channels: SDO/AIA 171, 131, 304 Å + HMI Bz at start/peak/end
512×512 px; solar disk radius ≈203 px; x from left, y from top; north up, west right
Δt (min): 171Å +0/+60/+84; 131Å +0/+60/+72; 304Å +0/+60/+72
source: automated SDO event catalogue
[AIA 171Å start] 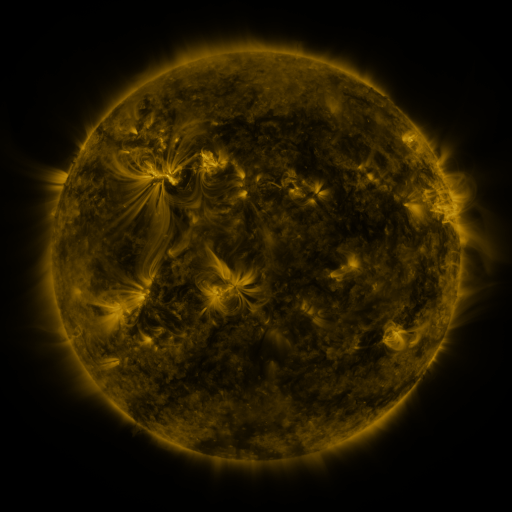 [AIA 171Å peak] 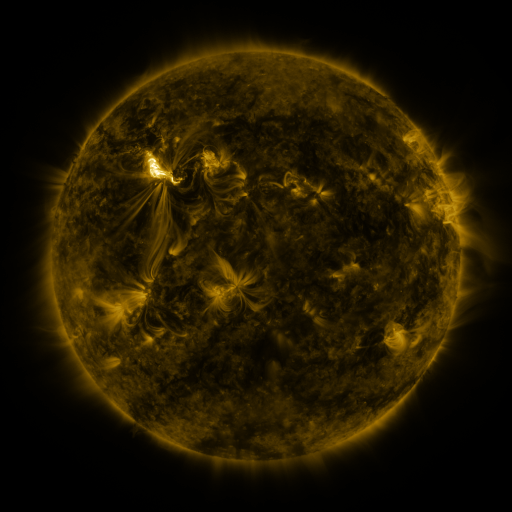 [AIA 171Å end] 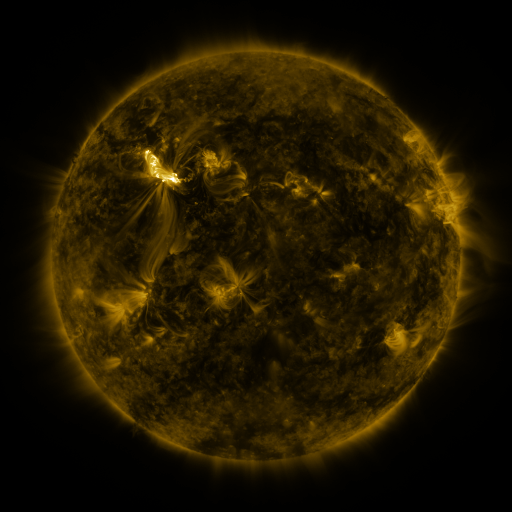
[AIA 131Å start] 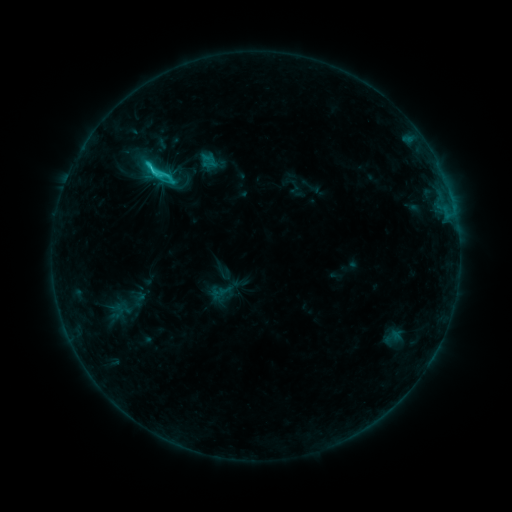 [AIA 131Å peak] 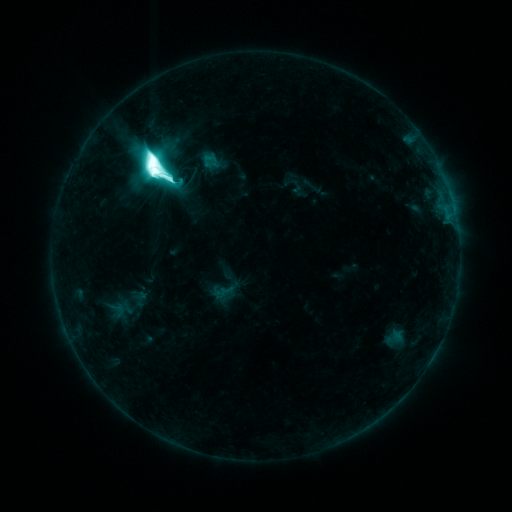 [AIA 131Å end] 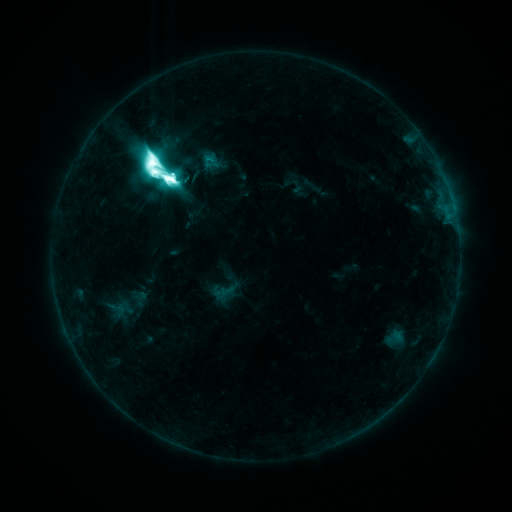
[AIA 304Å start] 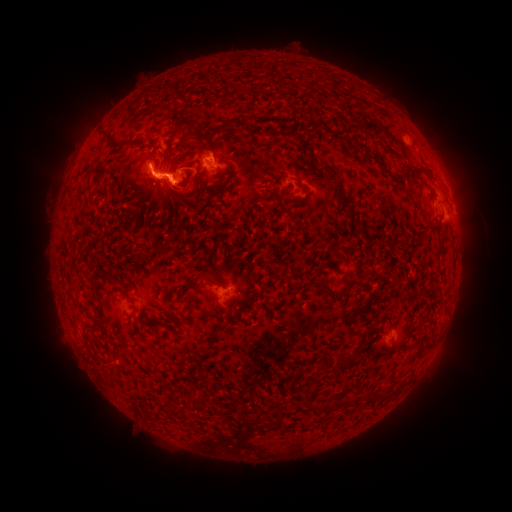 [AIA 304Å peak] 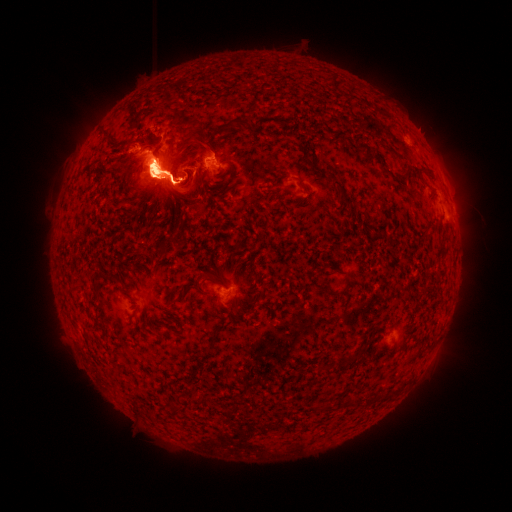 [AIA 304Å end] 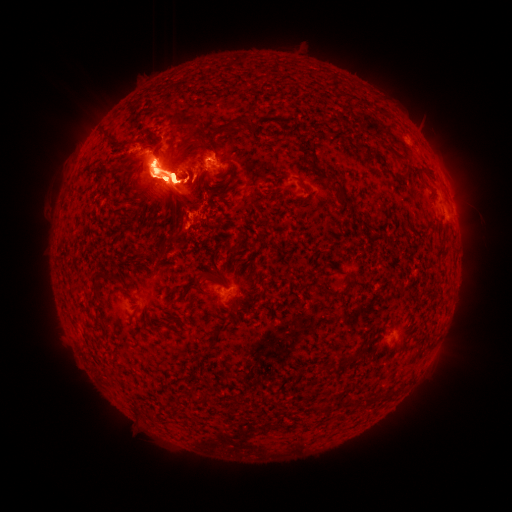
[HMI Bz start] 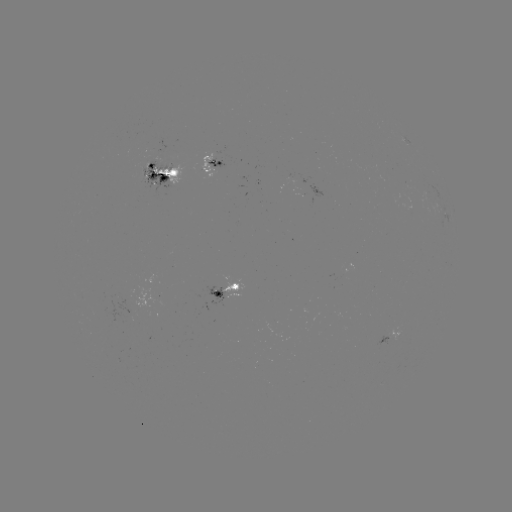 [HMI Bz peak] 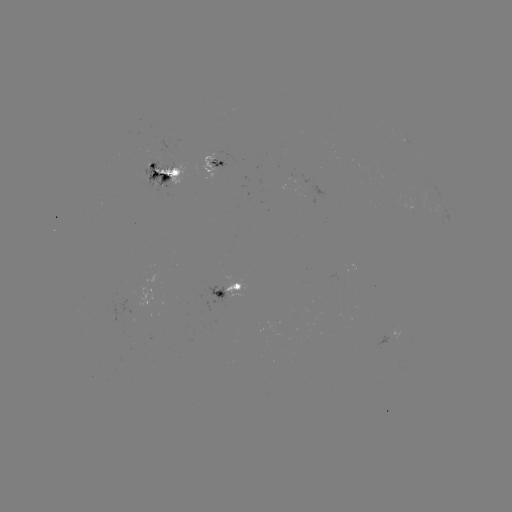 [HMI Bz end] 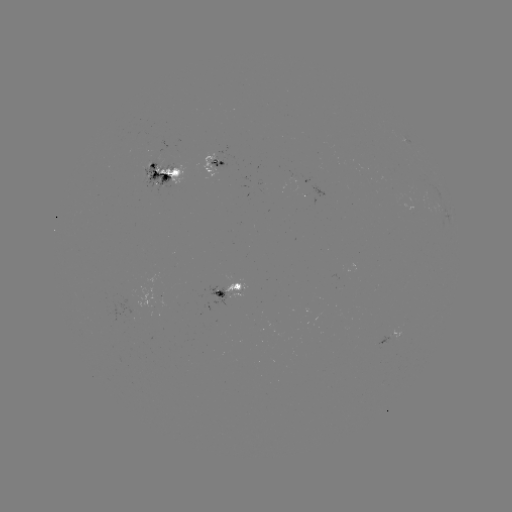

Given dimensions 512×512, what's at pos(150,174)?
emerging-flux region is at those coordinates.